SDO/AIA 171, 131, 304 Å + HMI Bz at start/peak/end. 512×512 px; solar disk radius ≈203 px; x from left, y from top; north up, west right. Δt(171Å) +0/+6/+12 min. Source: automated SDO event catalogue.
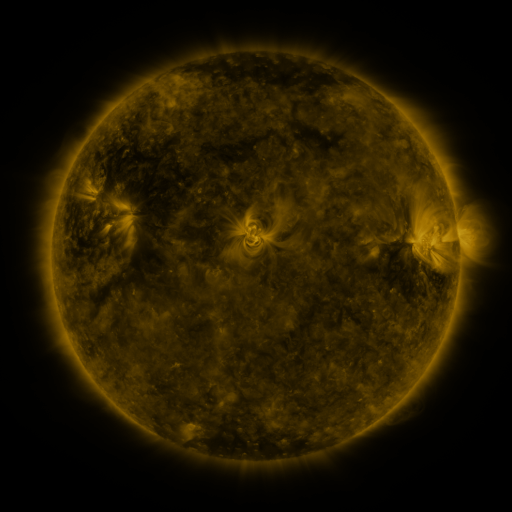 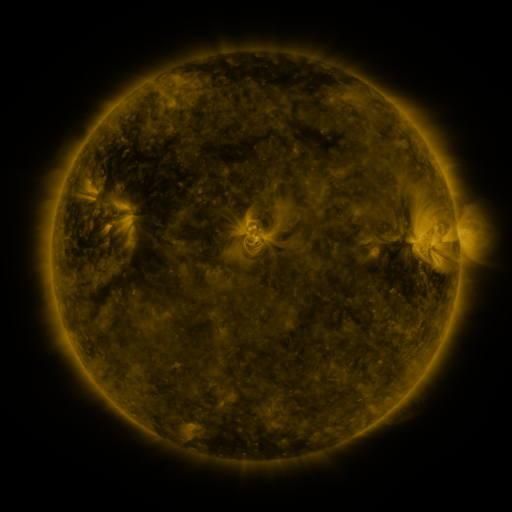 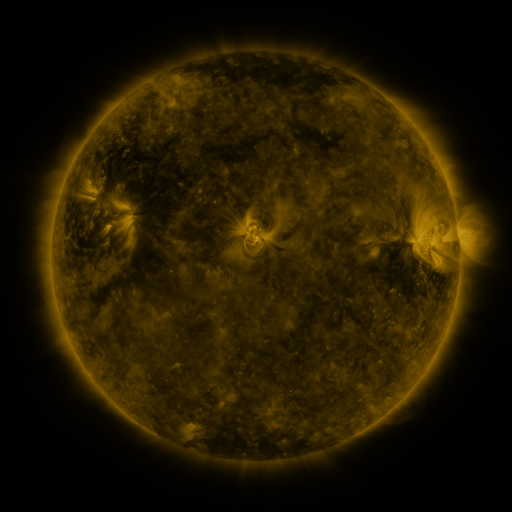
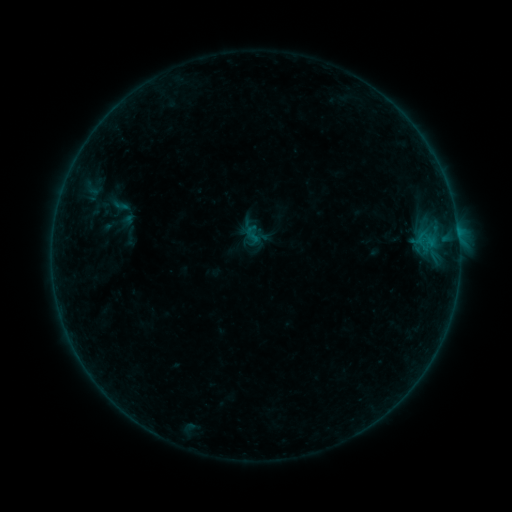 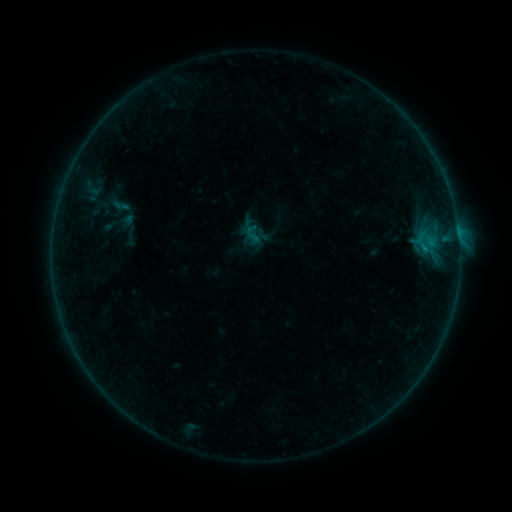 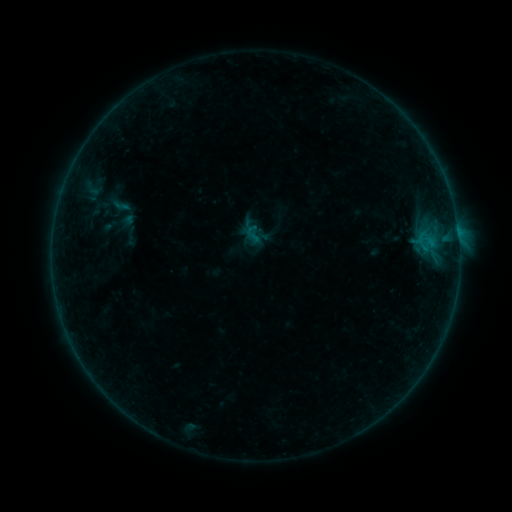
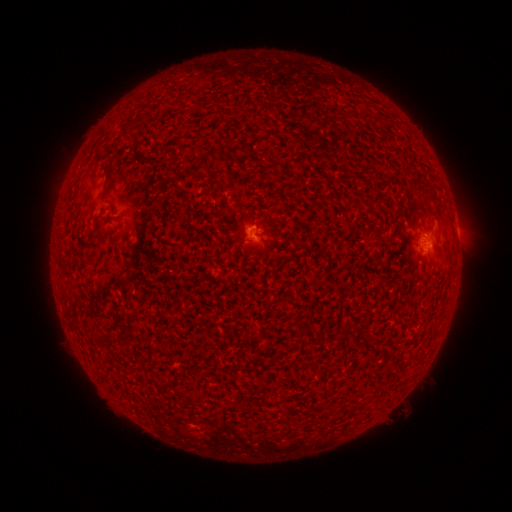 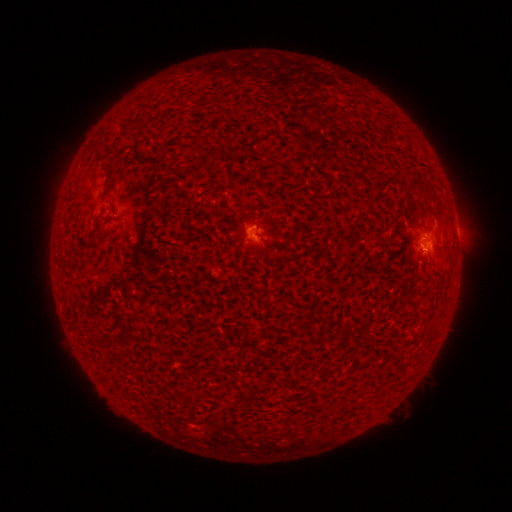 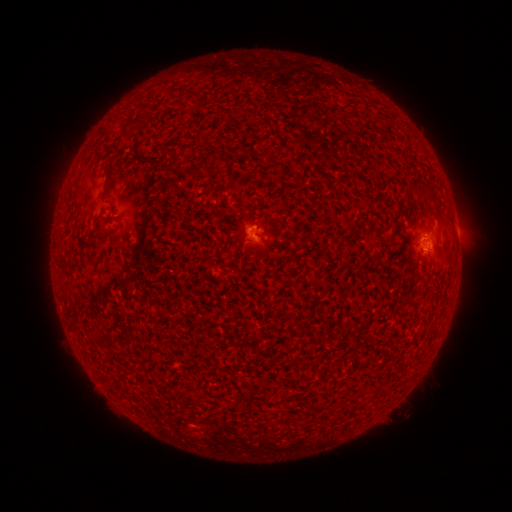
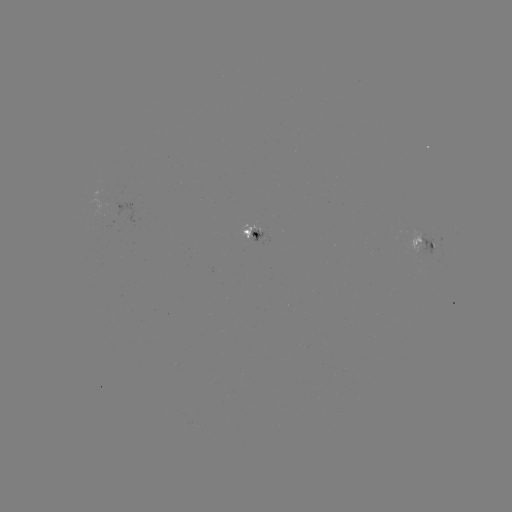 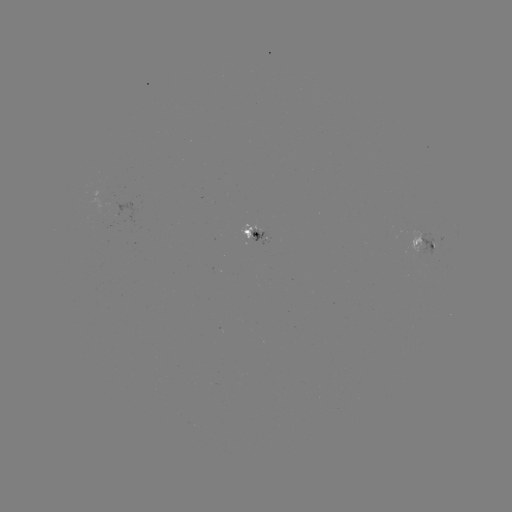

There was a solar flare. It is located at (422, 252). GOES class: B2.5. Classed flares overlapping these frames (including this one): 1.